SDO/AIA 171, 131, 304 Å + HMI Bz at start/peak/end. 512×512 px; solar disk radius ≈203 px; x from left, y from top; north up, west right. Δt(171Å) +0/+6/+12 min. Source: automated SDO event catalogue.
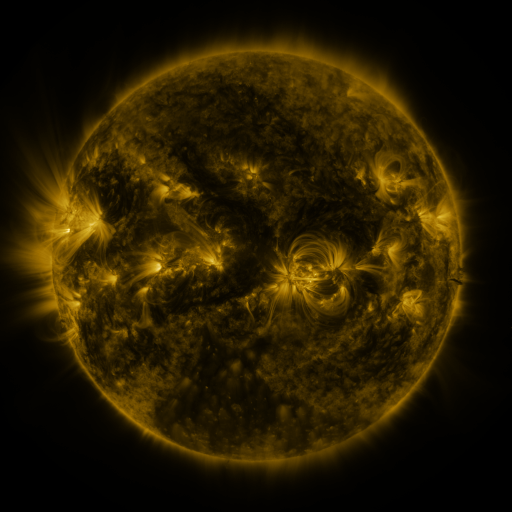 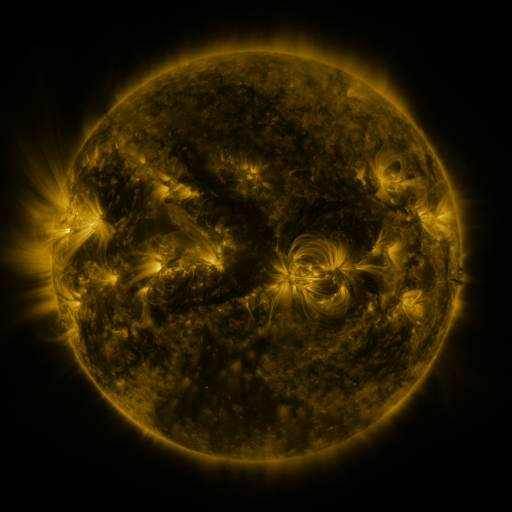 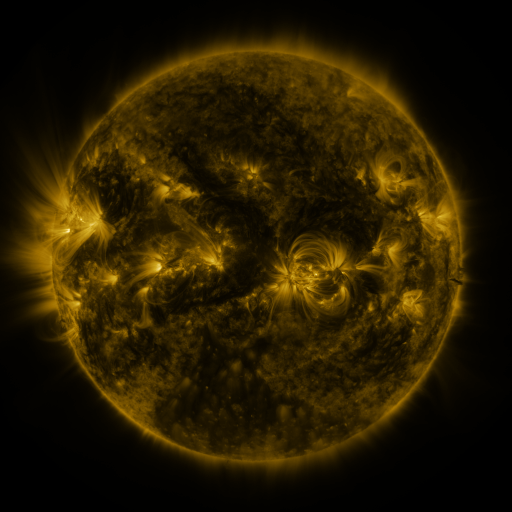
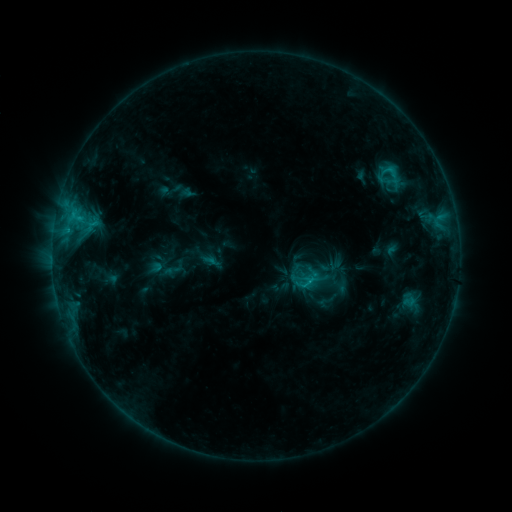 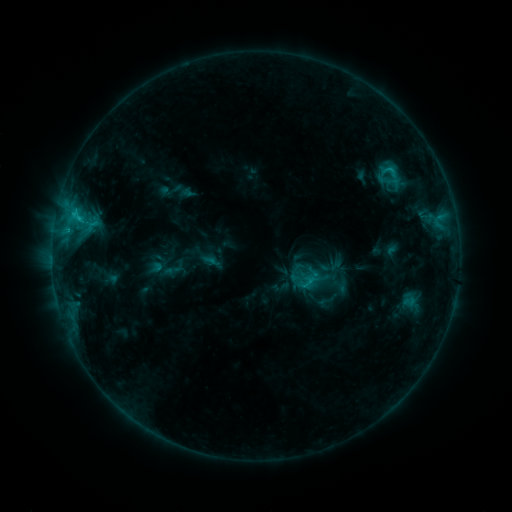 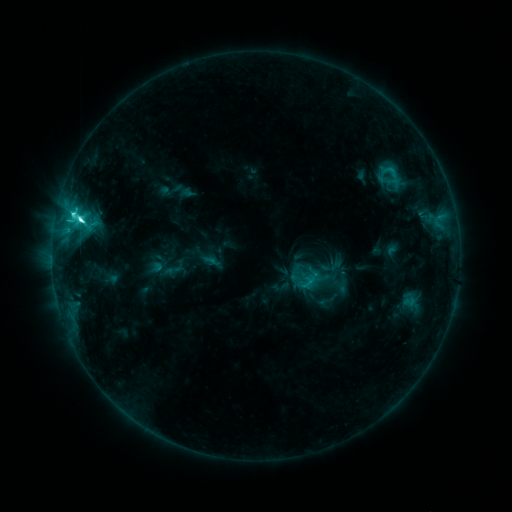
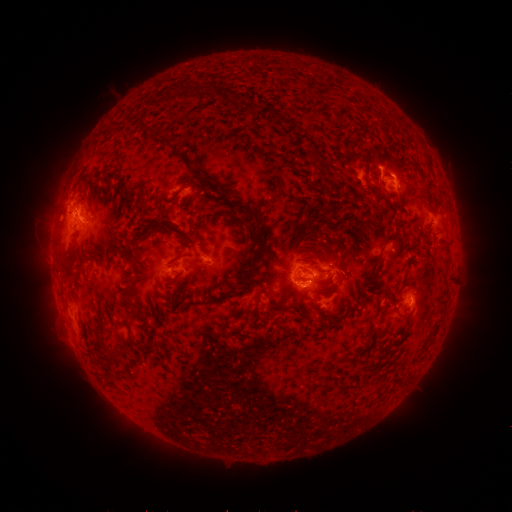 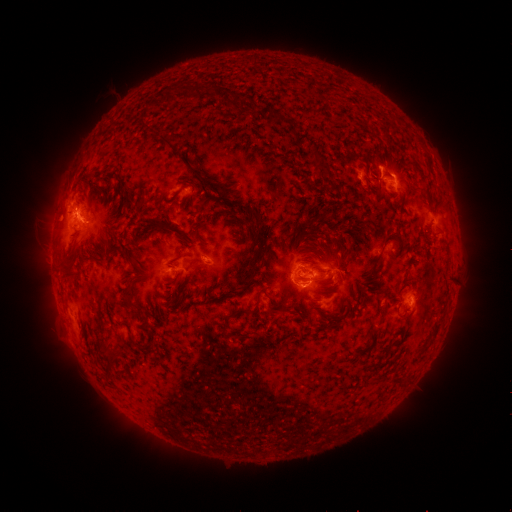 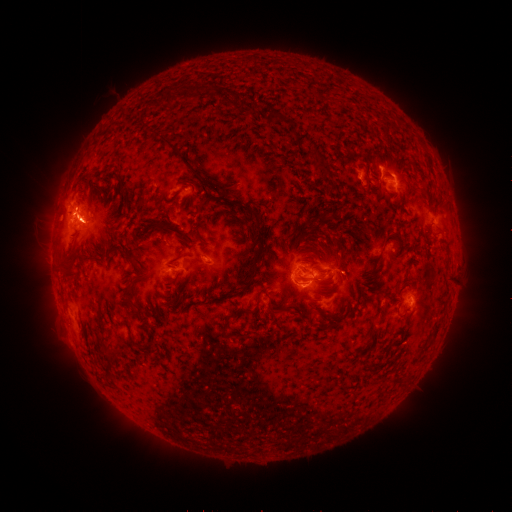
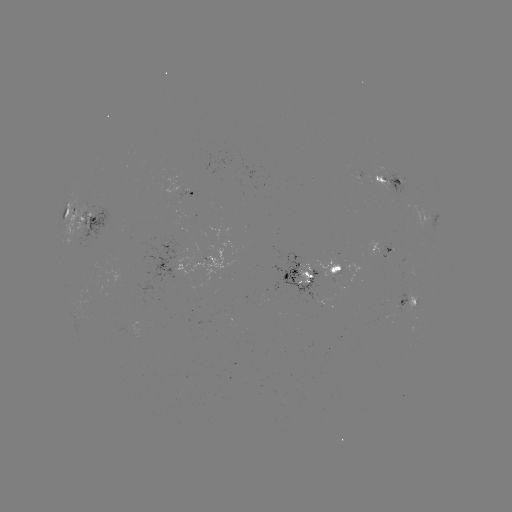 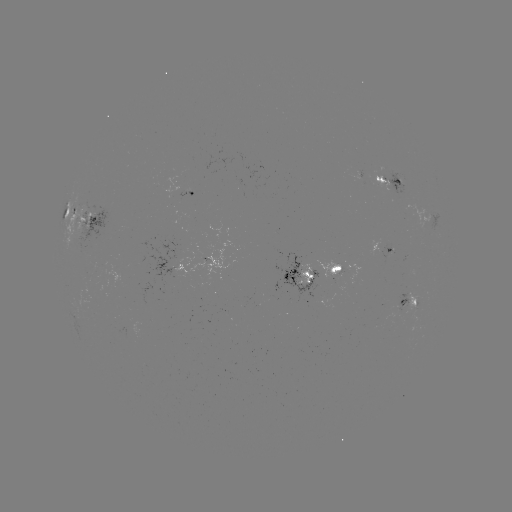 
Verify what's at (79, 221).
C8.4 flare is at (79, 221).